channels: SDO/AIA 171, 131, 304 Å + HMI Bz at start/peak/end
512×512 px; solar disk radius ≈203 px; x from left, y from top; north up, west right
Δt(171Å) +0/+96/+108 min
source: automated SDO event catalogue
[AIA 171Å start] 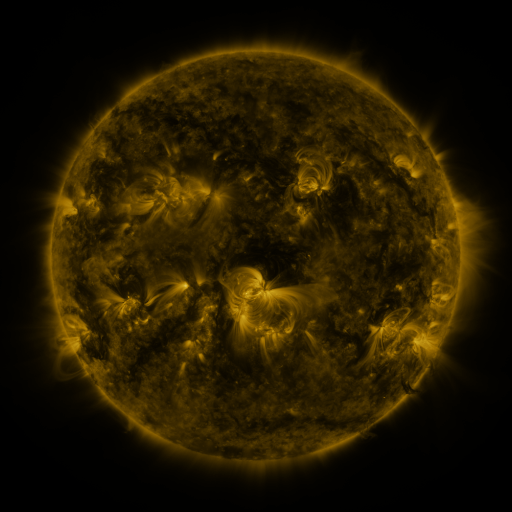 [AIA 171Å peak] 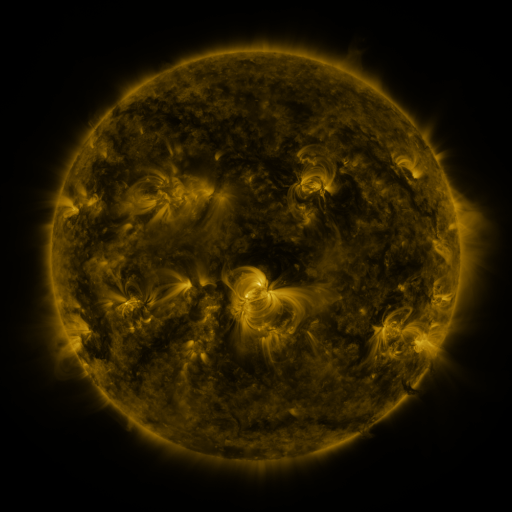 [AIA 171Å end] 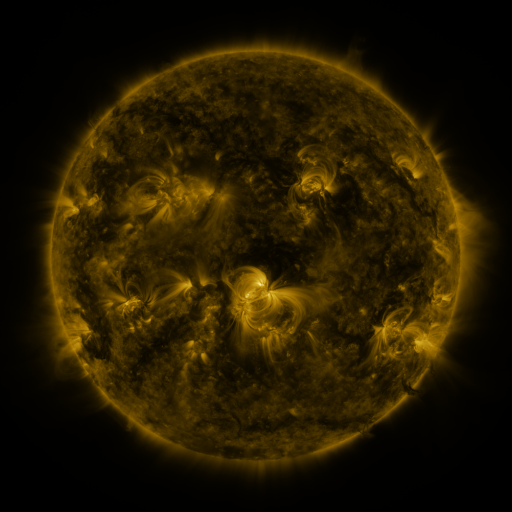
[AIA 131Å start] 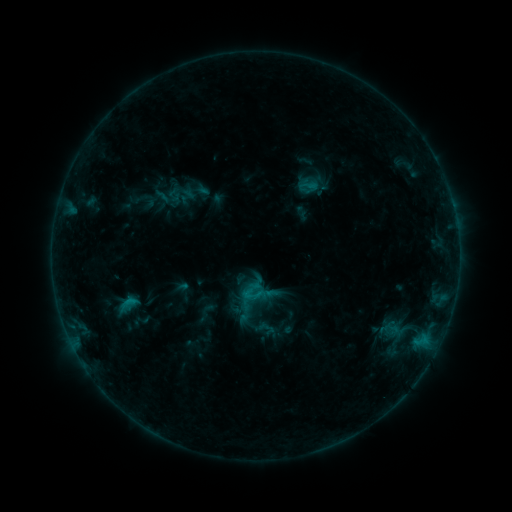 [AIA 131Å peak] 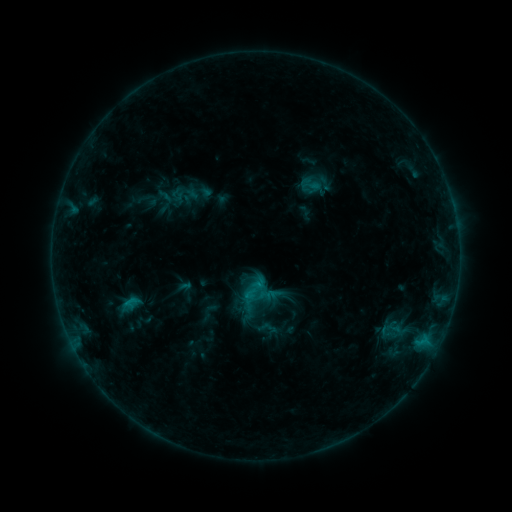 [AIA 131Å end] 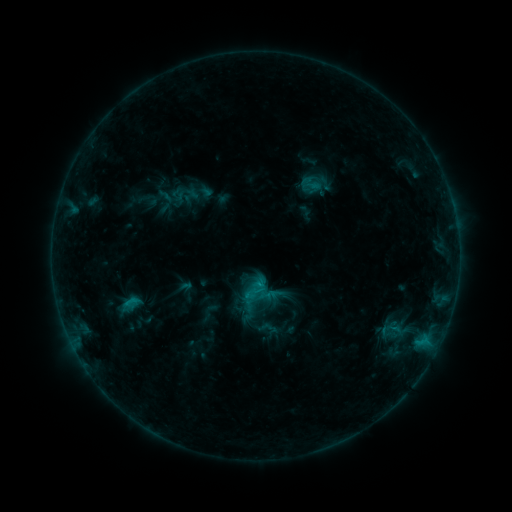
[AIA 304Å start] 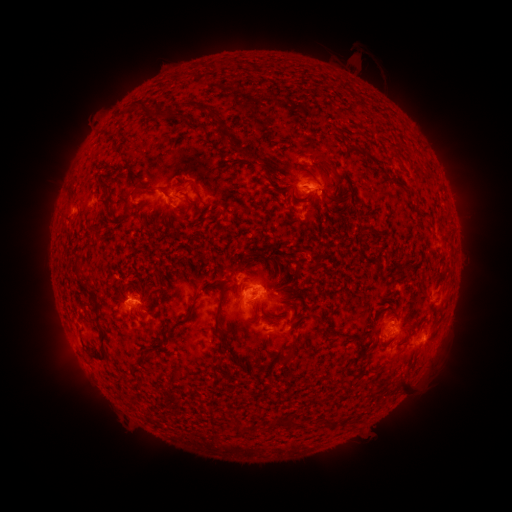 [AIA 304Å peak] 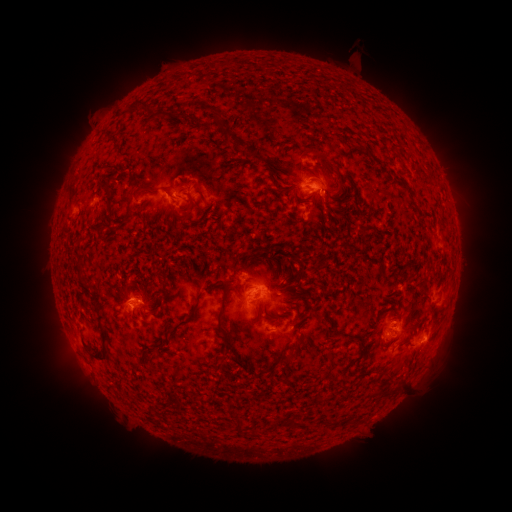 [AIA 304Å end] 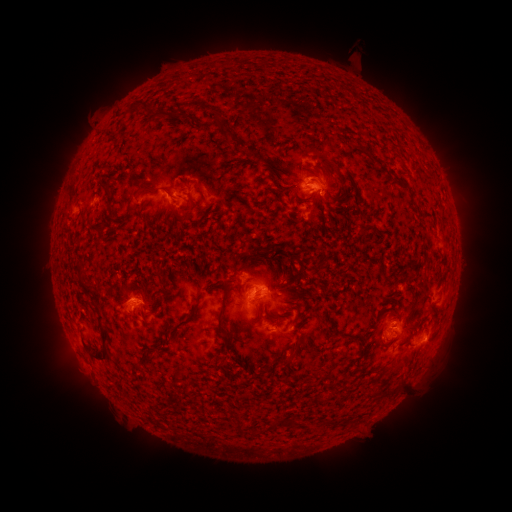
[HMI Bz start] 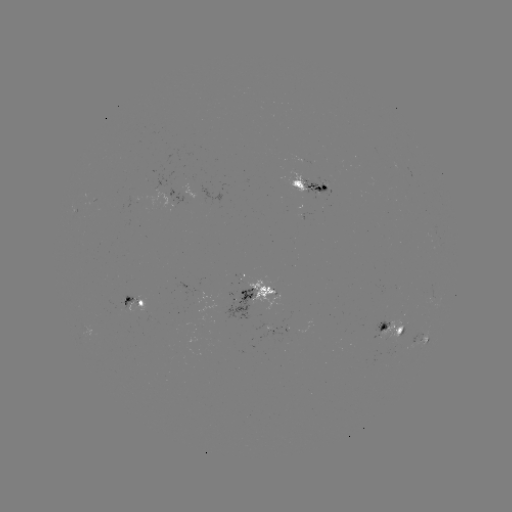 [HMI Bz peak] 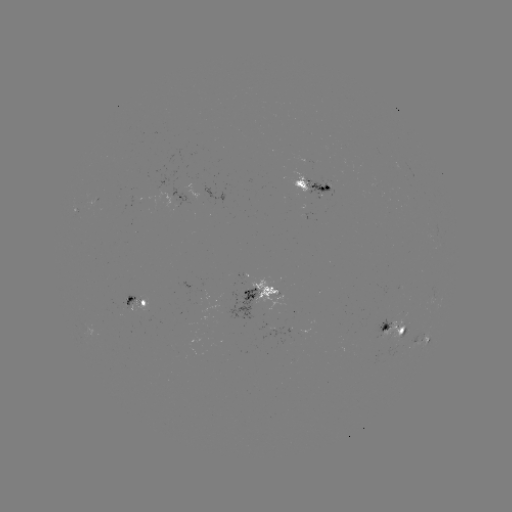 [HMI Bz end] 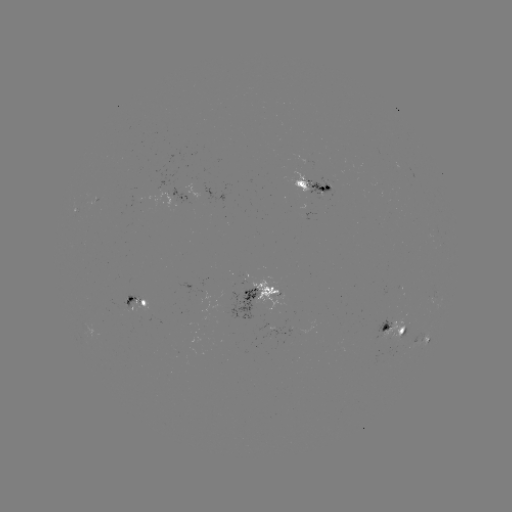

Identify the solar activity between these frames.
emerging-flux region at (266, 308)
